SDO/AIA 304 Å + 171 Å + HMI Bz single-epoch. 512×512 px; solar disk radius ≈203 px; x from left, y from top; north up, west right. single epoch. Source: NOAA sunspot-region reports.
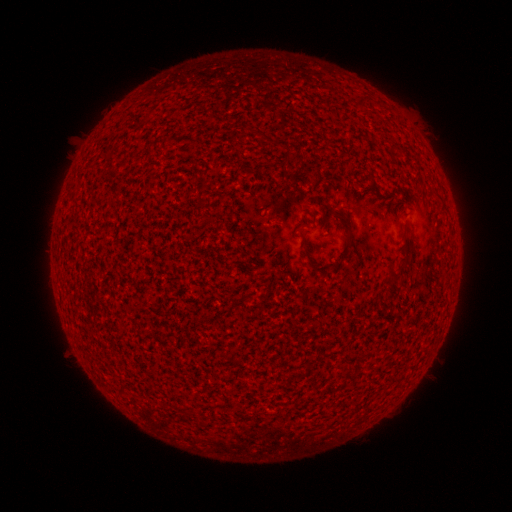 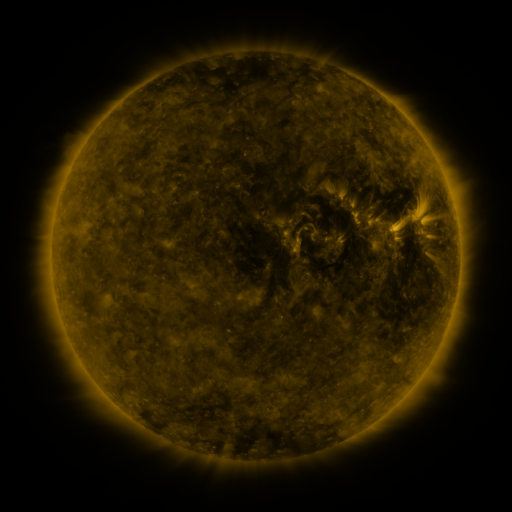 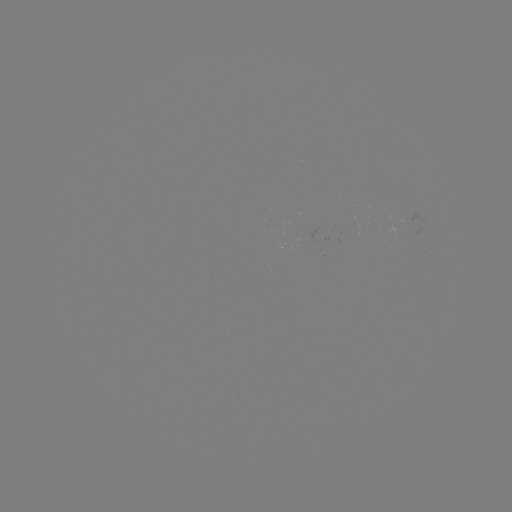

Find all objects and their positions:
(none)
